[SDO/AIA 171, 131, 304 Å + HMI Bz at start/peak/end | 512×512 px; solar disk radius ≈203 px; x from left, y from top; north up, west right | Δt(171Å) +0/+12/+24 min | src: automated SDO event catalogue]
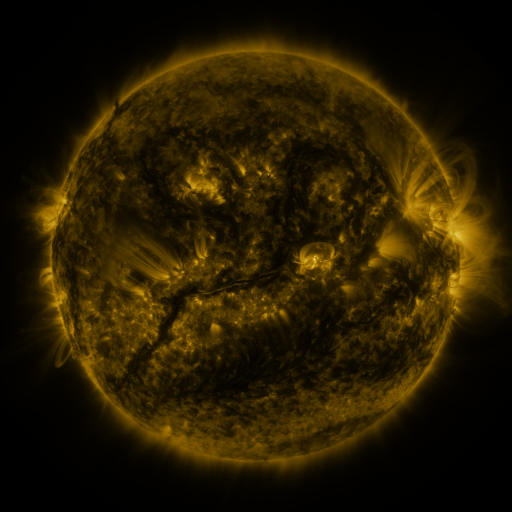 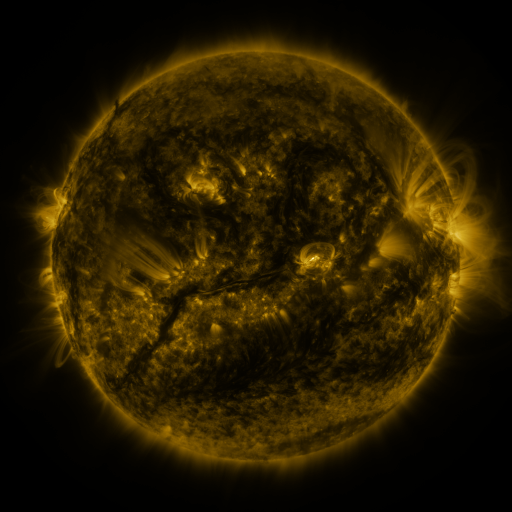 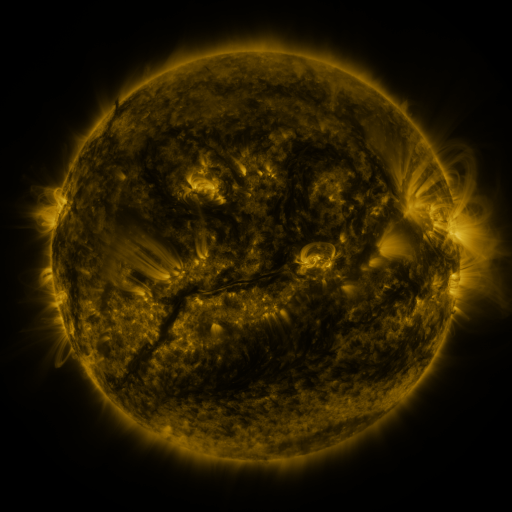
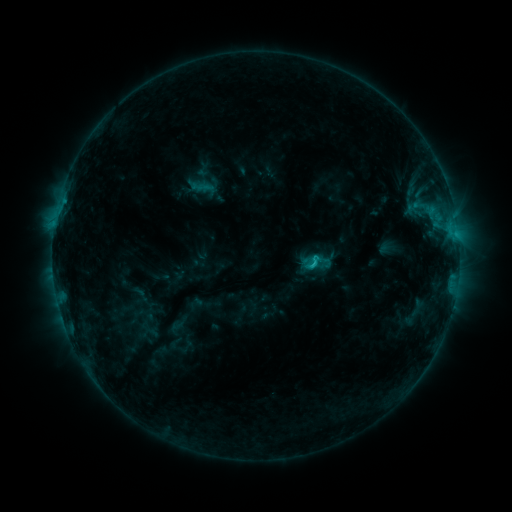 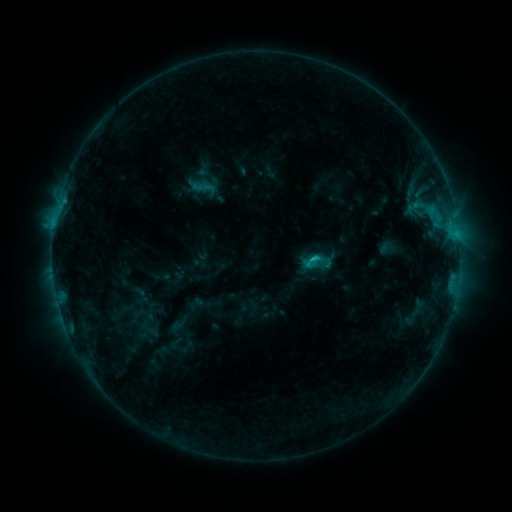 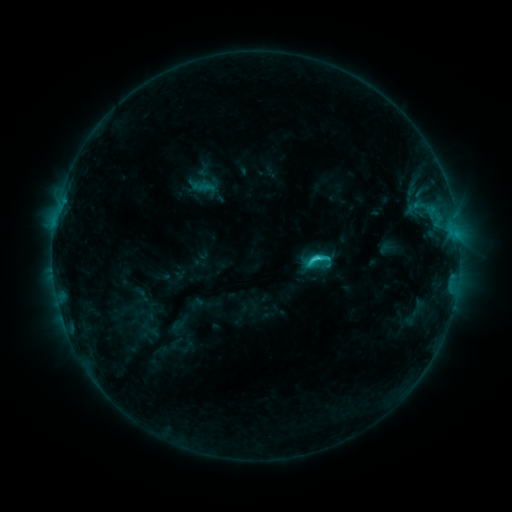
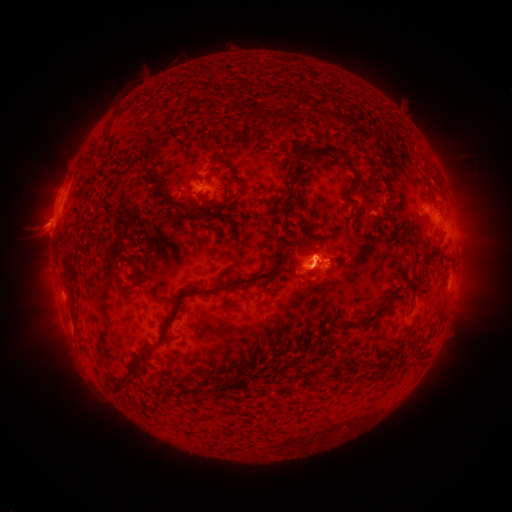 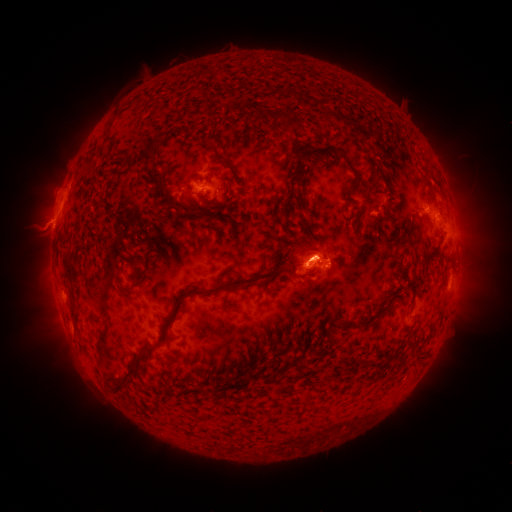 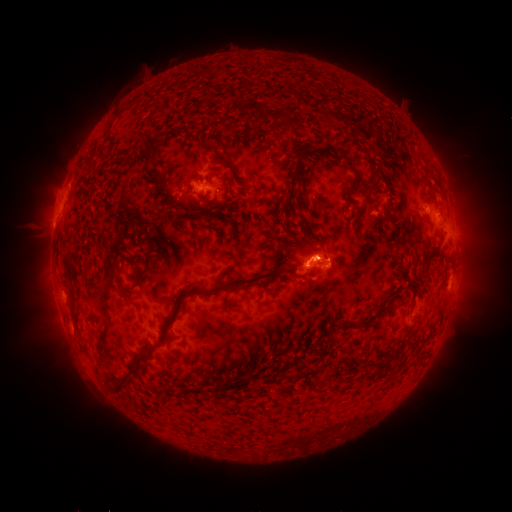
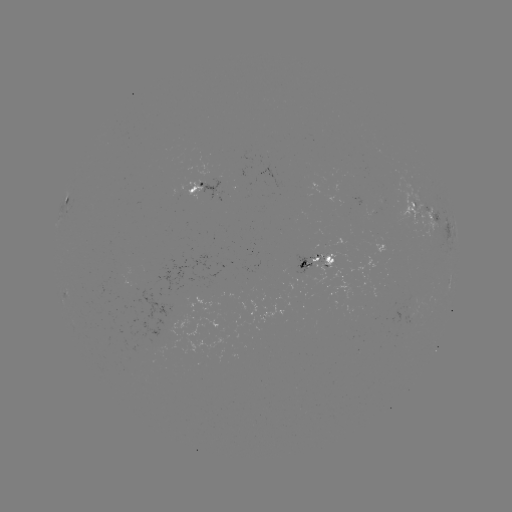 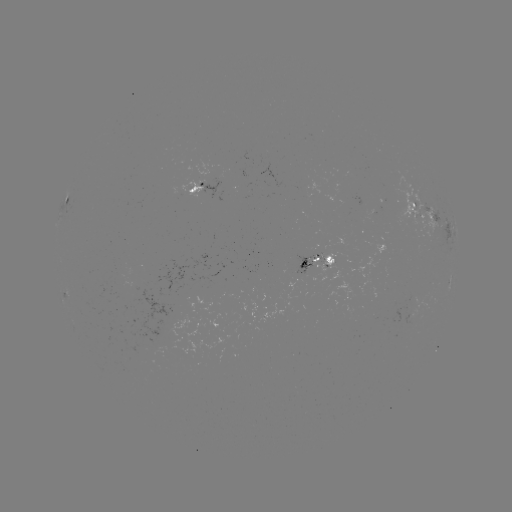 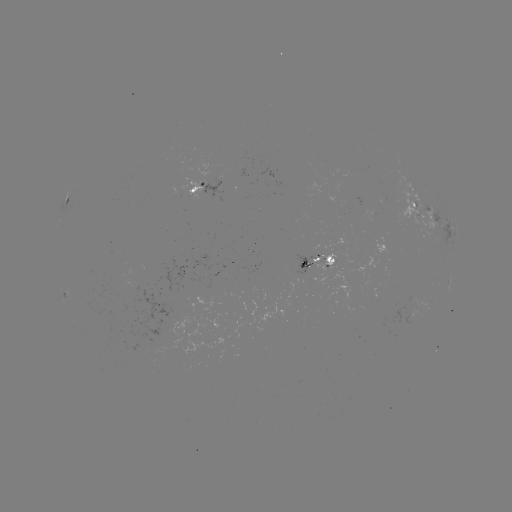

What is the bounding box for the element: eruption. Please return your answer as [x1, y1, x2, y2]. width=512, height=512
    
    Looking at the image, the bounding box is [284, 227, 336, 294].